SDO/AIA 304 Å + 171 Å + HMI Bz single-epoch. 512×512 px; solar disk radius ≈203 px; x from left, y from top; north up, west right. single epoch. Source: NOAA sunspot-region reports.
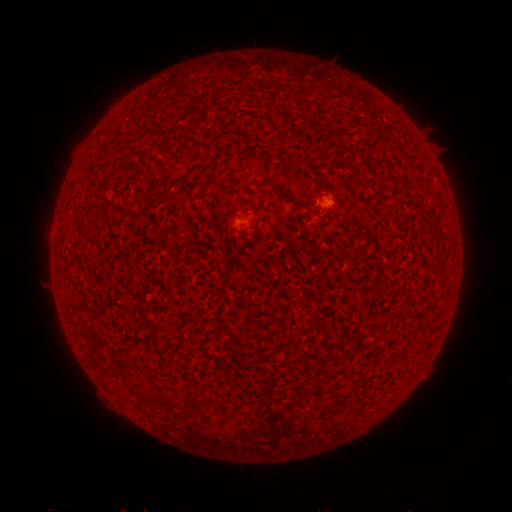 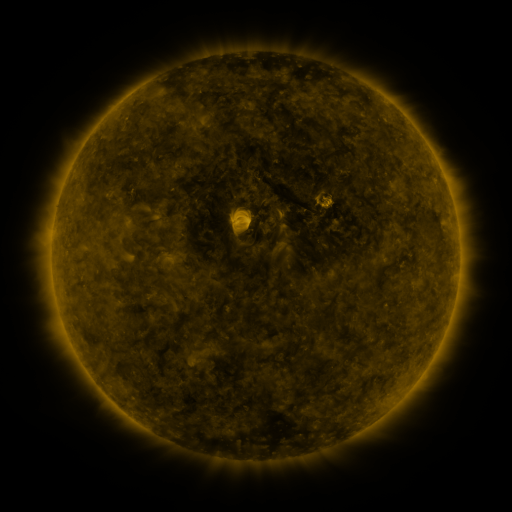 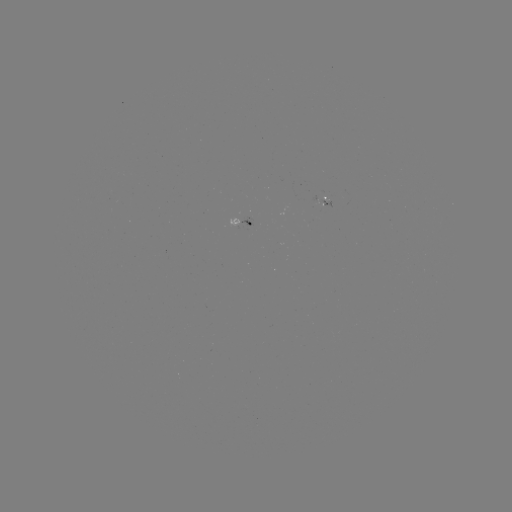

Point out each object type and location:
(none)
